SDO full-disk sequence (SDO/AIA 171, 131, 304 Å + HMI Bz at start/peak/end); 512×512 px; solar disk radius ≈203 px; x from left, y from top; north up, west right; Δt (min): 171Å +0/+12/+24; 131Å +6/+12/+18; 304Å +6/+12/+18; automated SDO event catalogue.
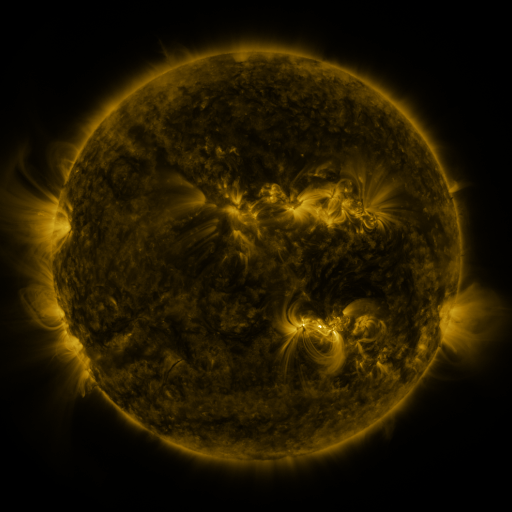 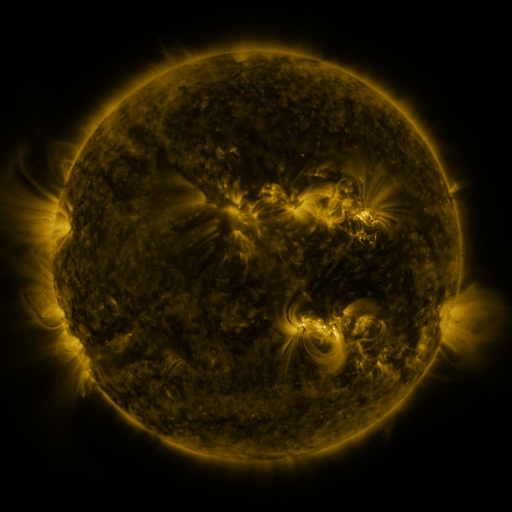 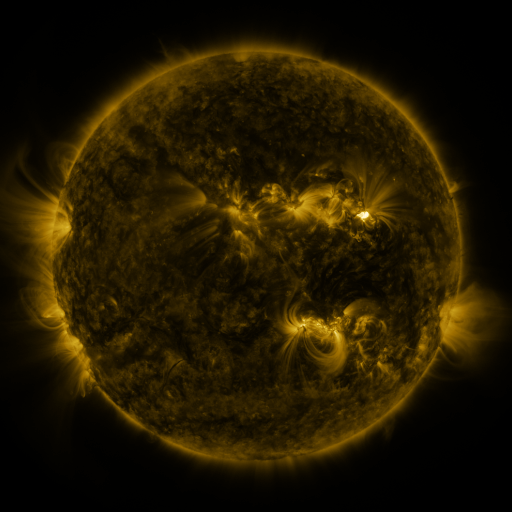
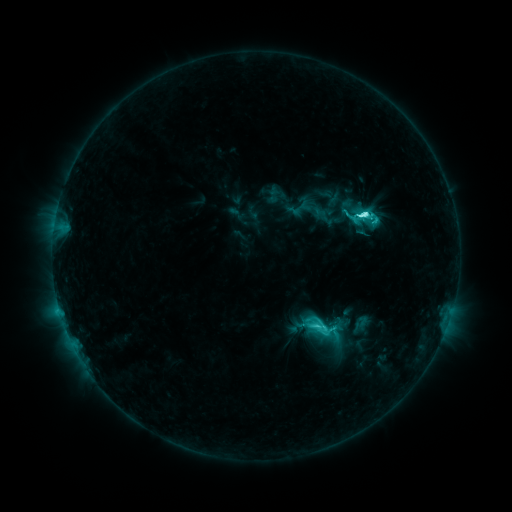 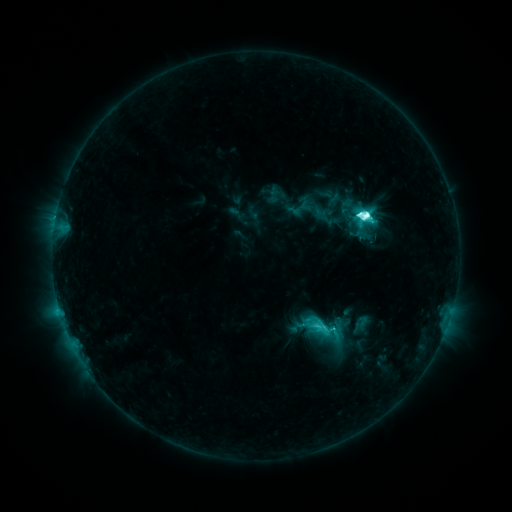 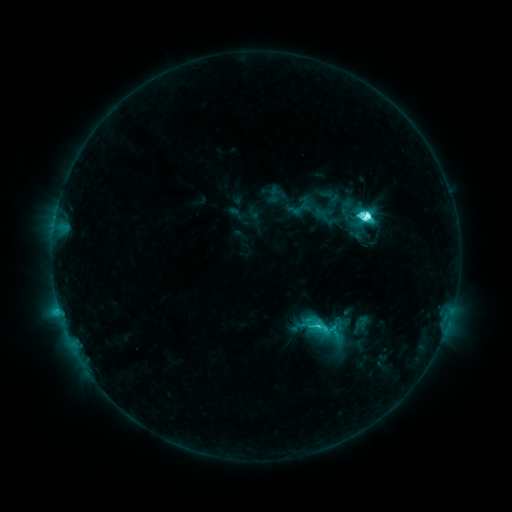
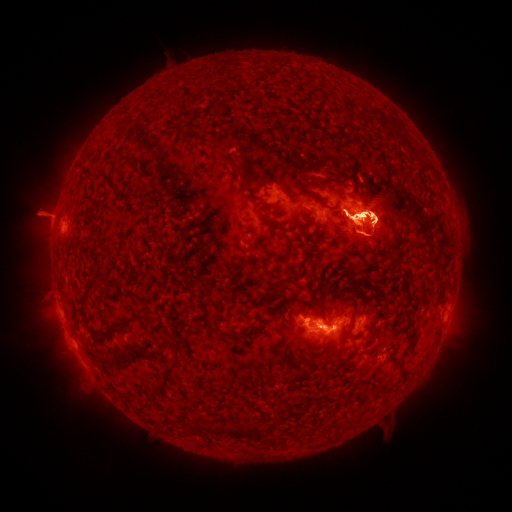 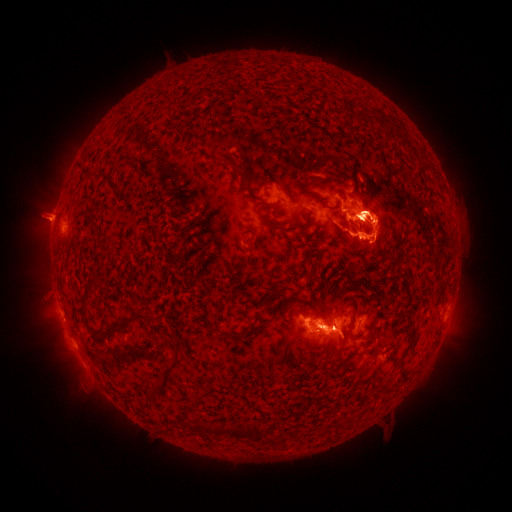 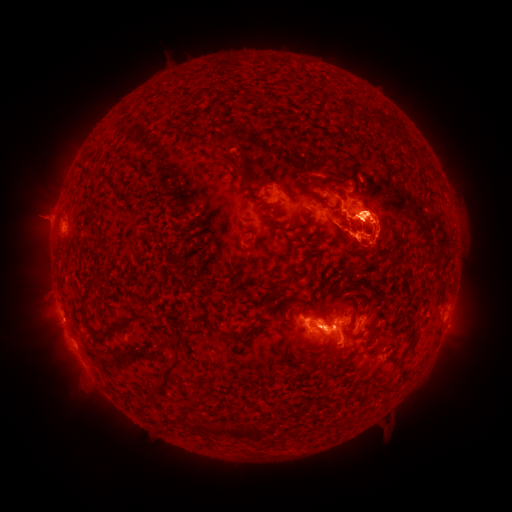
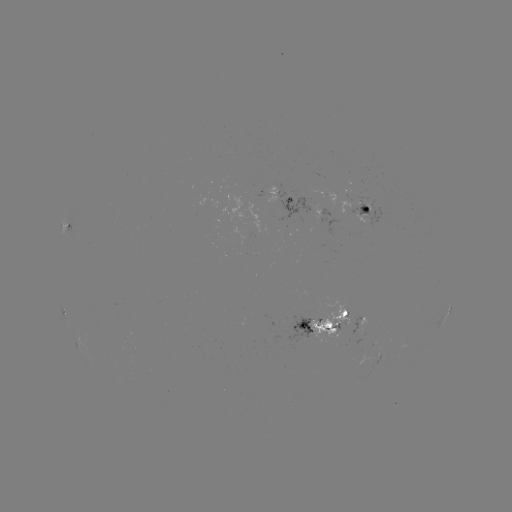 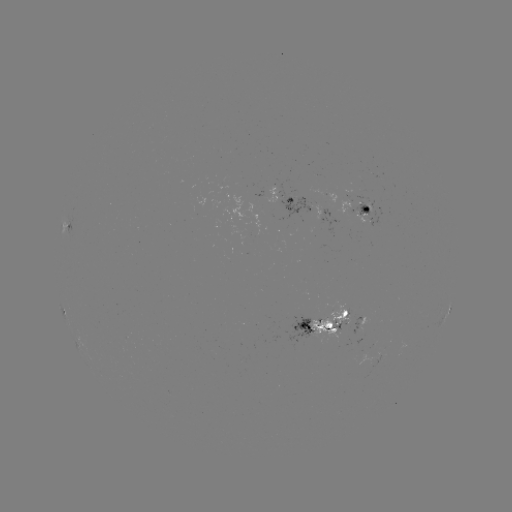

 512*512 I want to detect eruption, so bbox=[423, 285, 484, 367].